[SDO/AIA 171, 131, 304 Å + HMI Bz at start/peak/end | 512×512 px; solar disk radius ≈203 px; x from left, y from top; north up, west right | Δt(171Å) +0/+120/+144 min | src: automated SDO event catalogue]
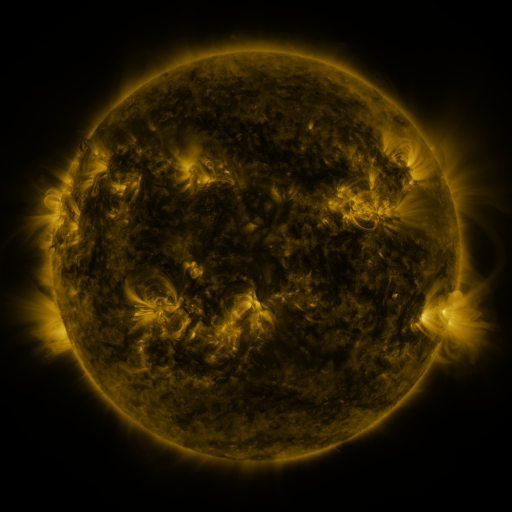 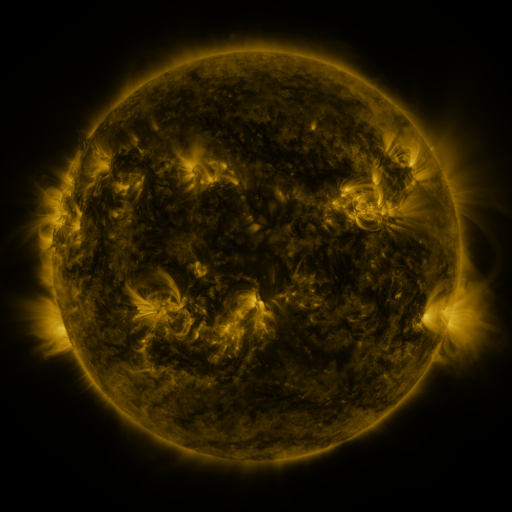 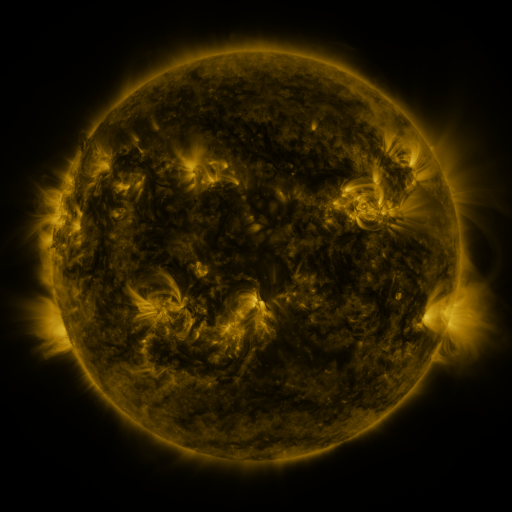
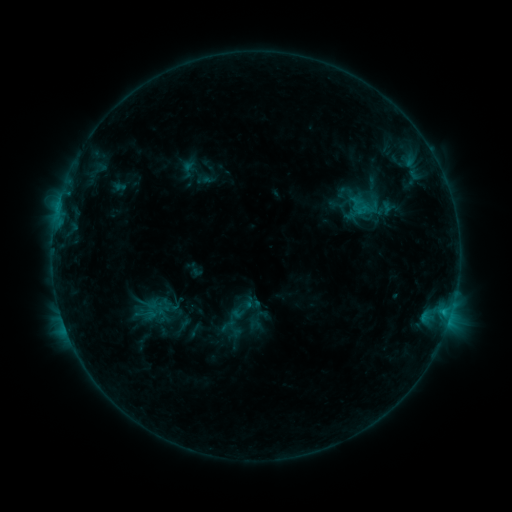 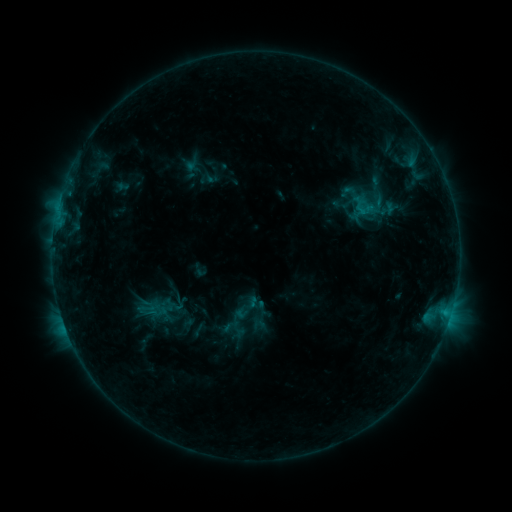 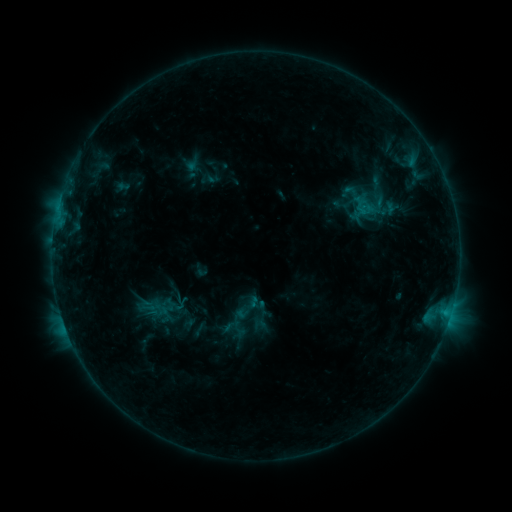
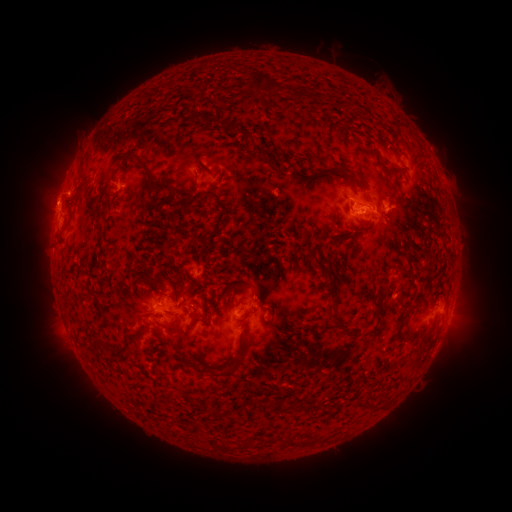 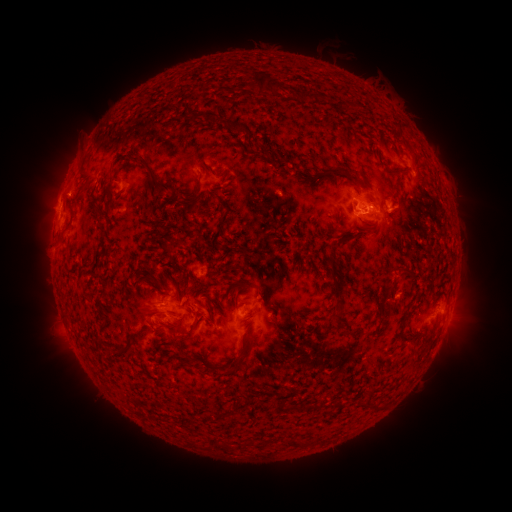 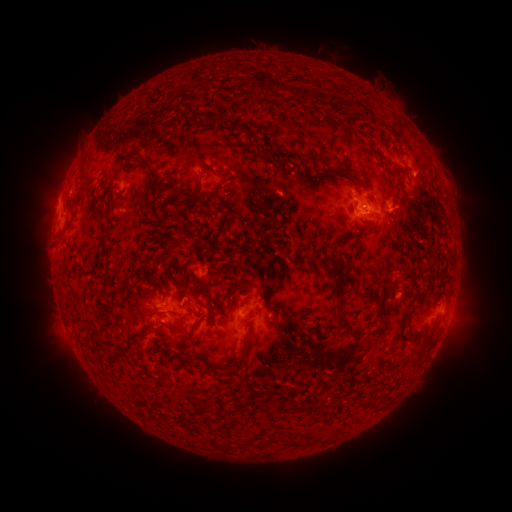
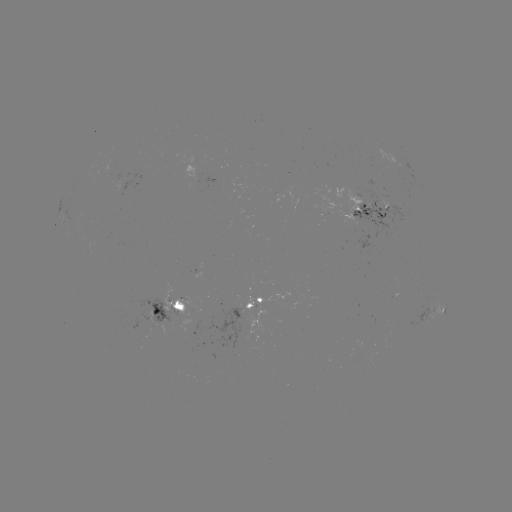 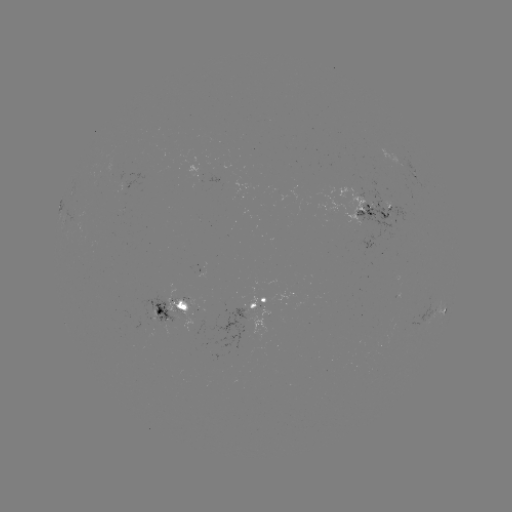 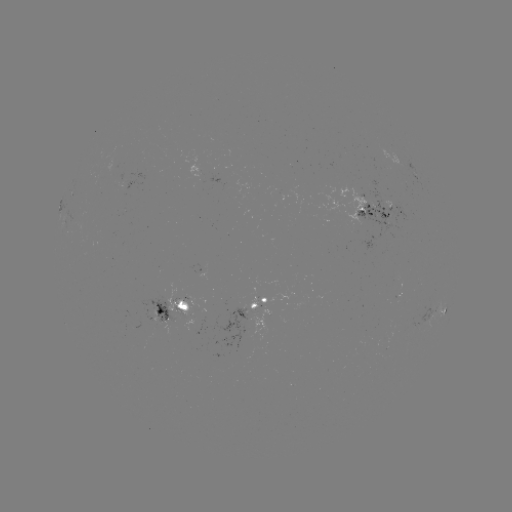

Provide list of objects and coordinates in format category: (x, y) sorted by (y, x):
emerging-flux region: (162, 316)
